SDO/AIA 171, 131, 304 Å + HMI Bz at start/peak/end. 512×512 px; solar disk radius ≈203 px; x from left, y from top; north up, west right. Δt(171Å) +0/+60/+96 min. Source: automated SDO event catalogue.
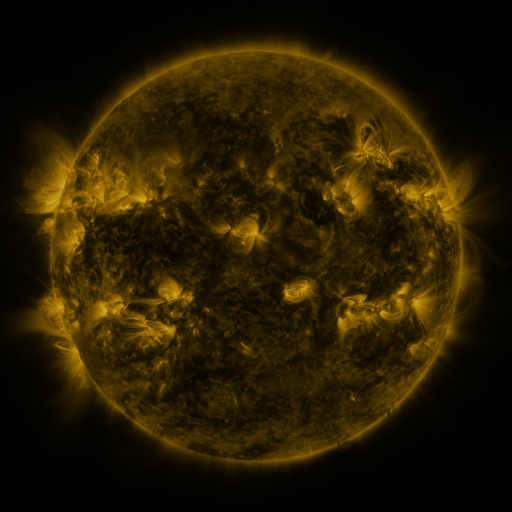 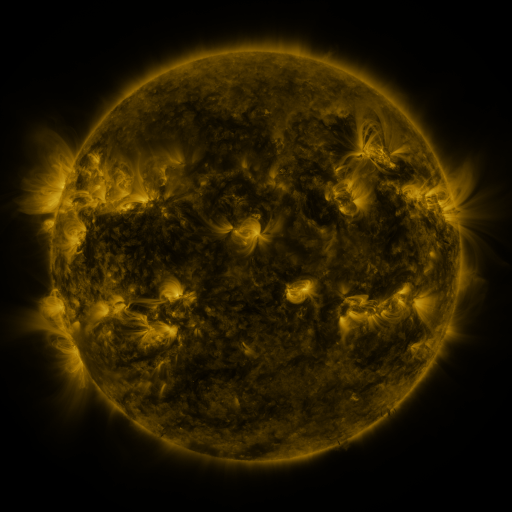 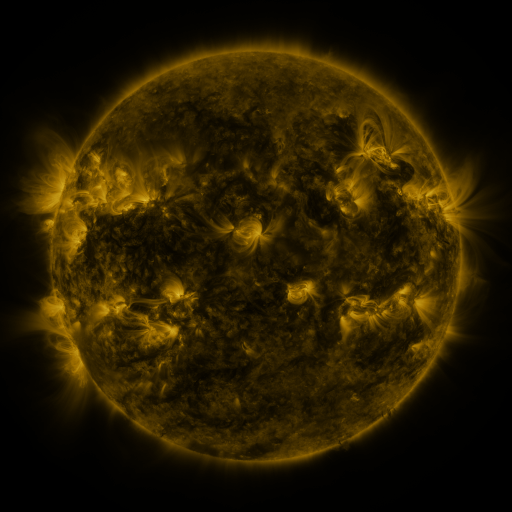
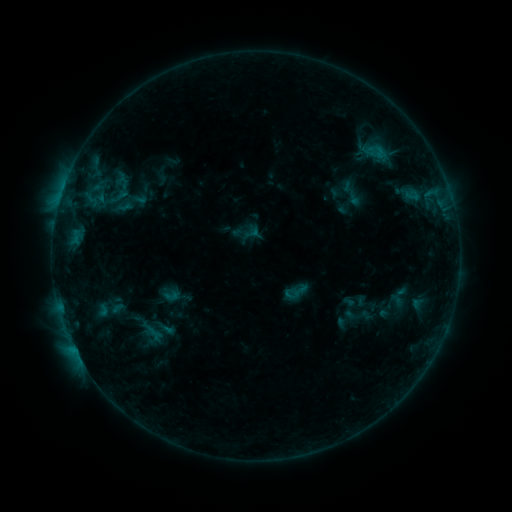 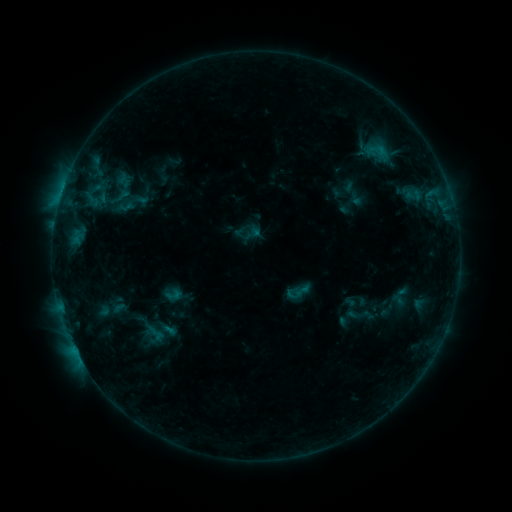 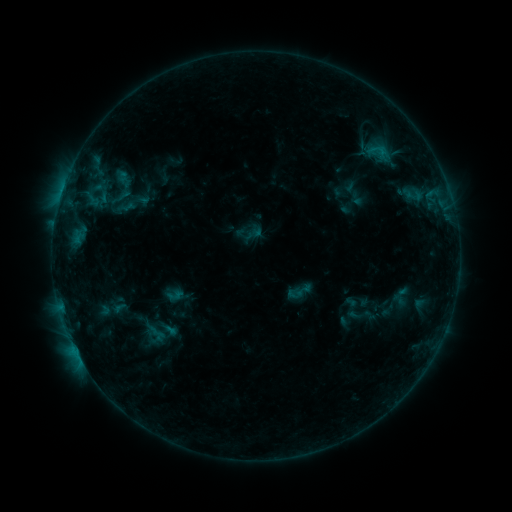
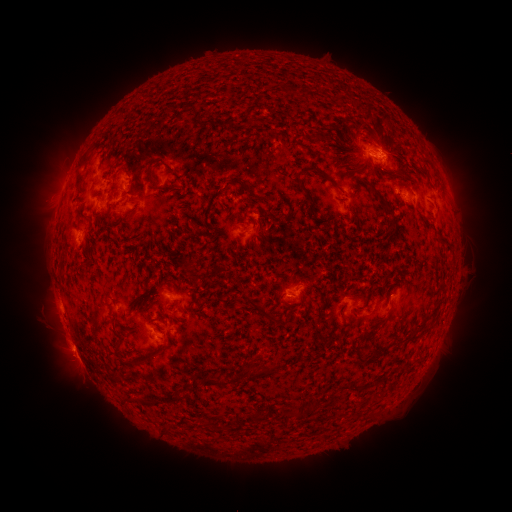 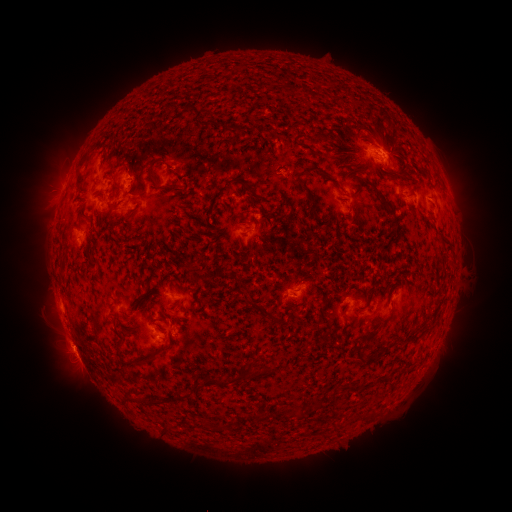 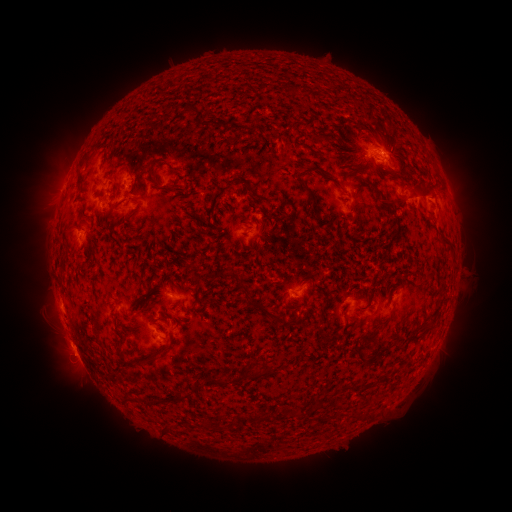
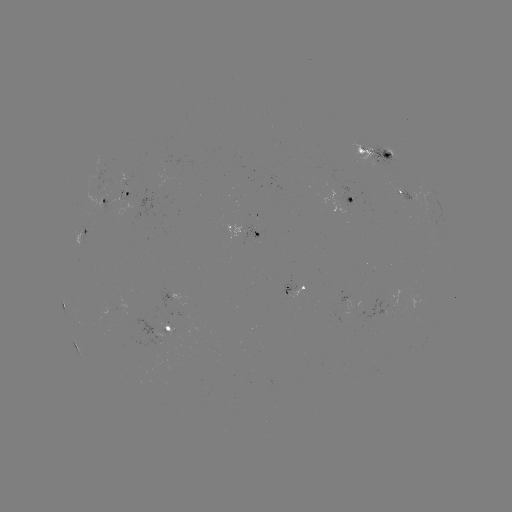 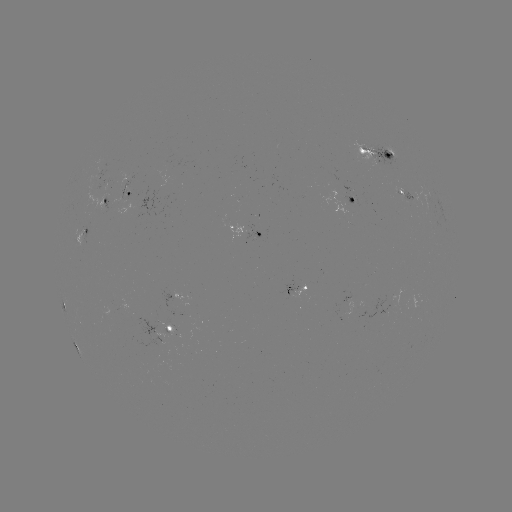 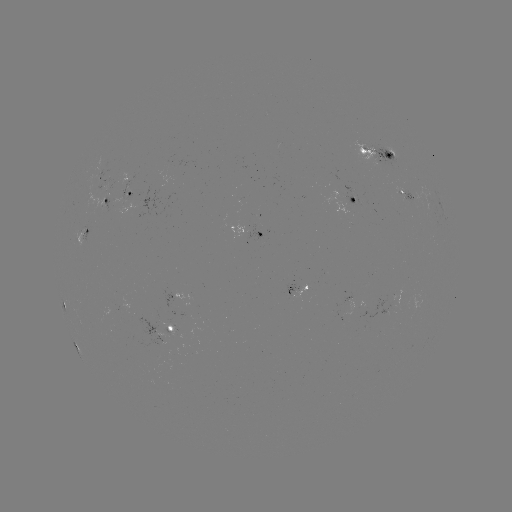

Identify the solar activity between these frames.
emerging-flux region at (118, 179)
